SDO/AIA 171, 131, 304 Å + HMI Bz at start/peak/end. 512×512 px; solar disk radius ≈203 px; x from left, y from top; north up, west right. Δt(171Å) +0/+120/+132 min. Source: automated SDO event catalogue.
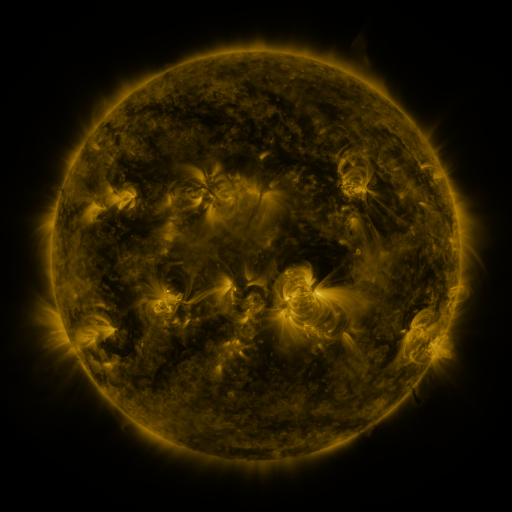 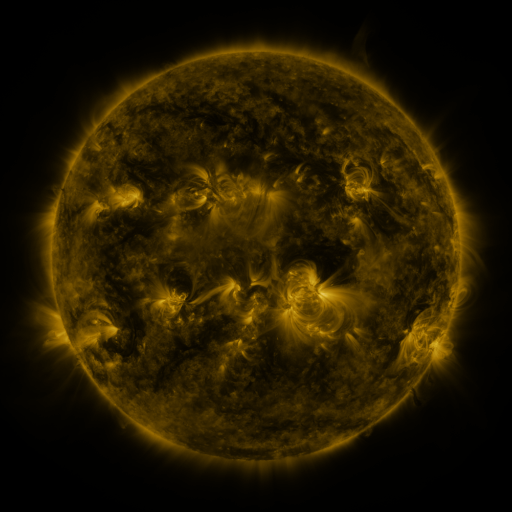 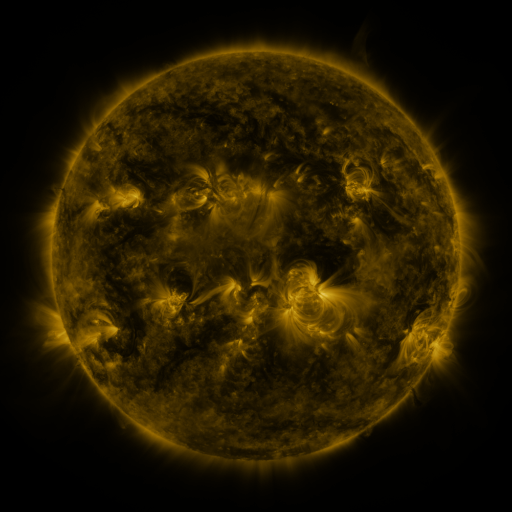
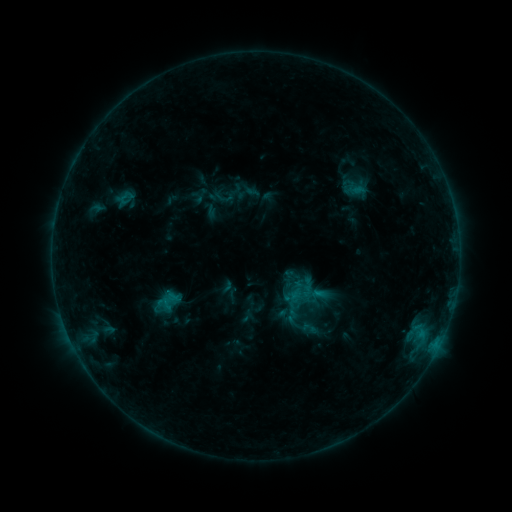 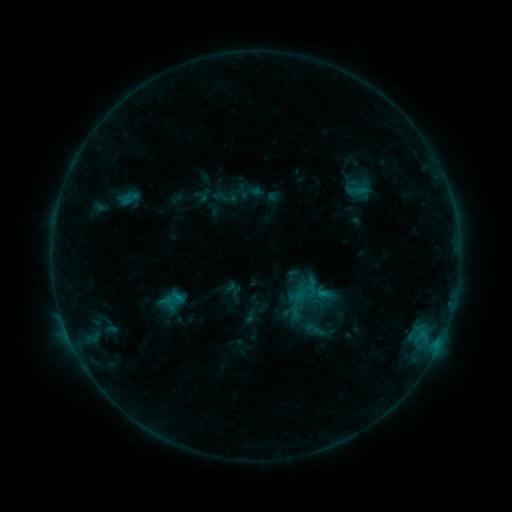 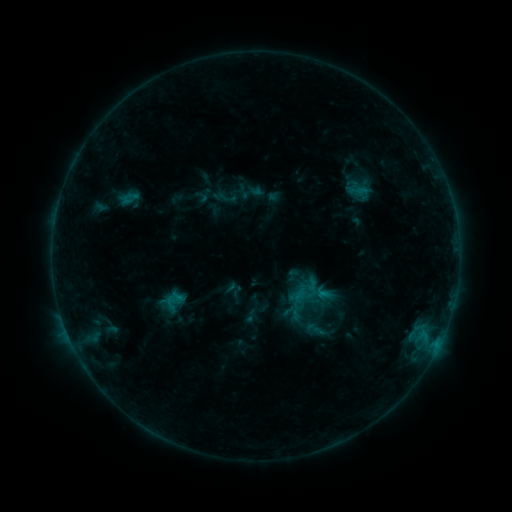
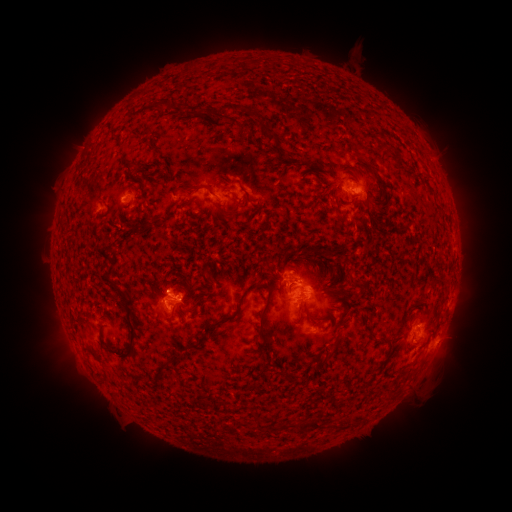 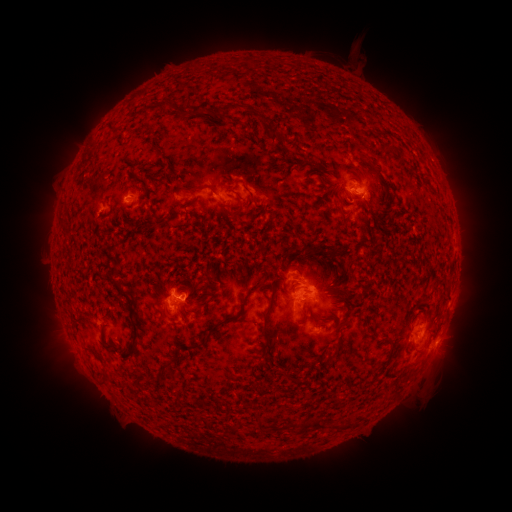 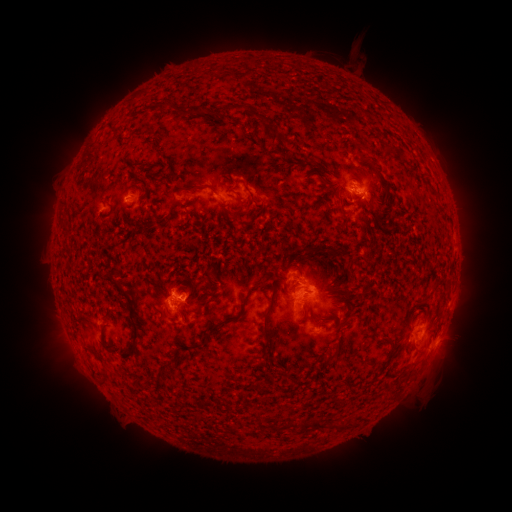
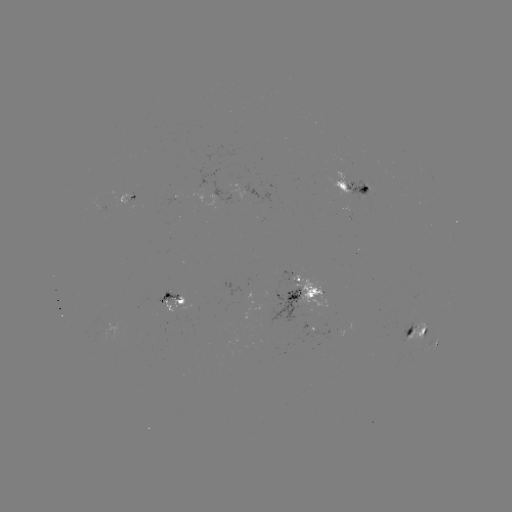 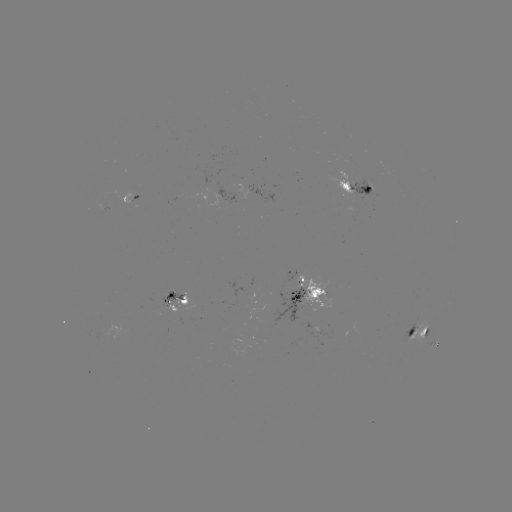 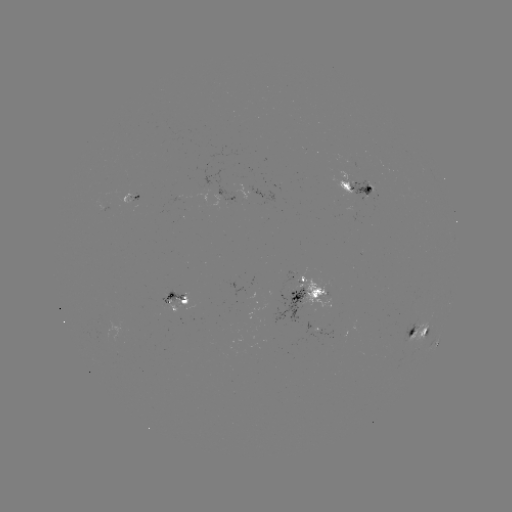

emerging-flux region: <bbox>158, 291, 185, 305</bbox>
